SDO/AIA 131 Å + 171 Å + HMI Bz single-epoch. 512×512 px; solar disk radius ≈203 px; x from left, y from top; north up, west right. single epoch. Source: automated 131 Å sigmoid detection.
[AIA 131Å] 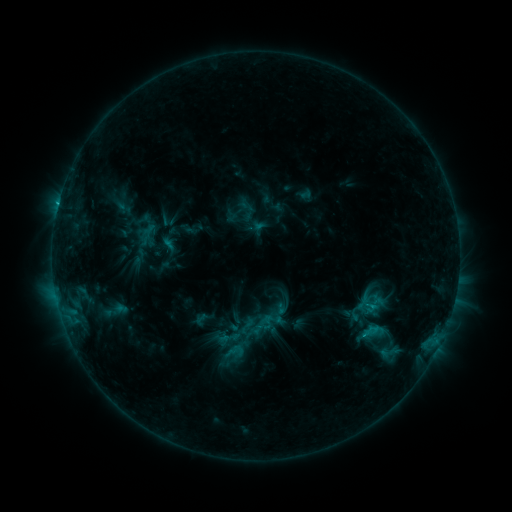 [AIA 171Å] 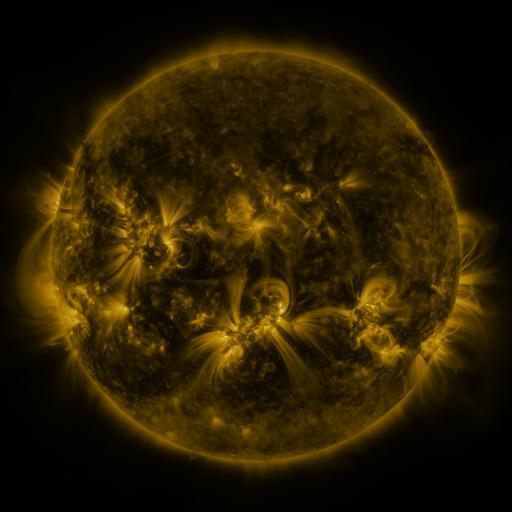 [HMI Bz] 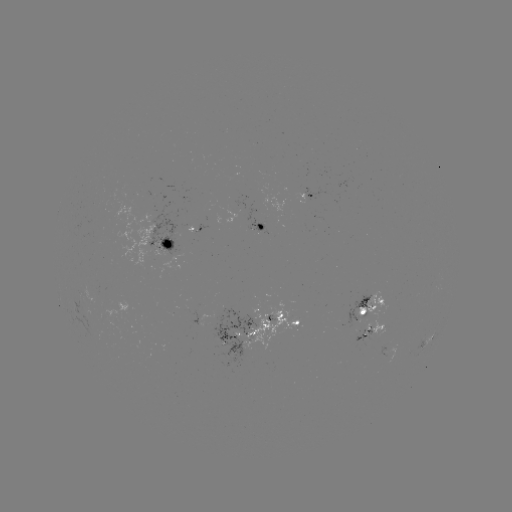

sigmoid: <bbox>263, 311, 280, 328</bbox>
